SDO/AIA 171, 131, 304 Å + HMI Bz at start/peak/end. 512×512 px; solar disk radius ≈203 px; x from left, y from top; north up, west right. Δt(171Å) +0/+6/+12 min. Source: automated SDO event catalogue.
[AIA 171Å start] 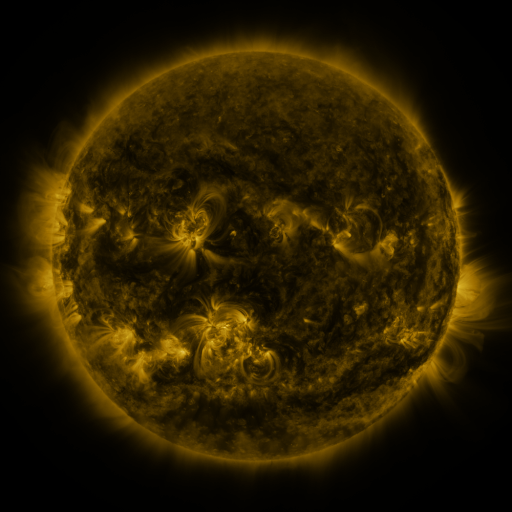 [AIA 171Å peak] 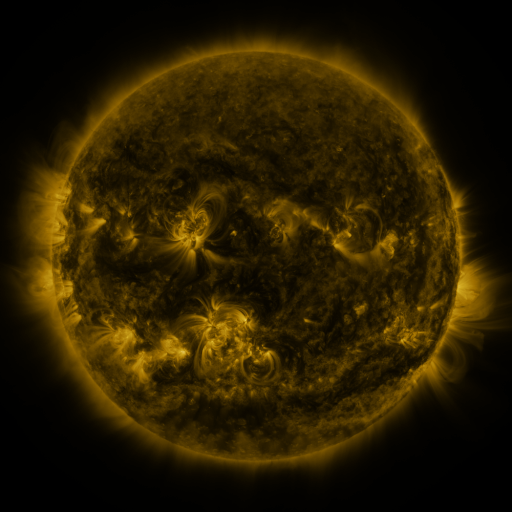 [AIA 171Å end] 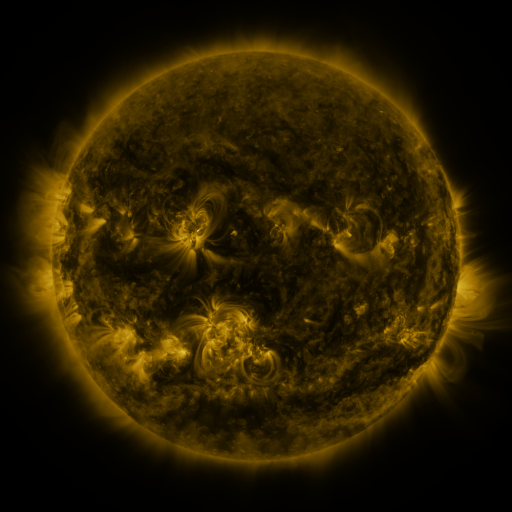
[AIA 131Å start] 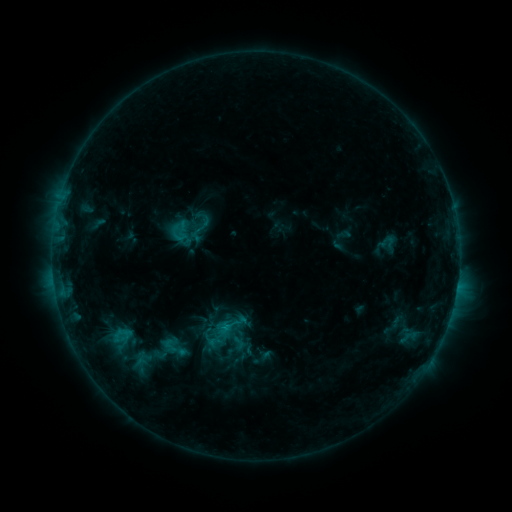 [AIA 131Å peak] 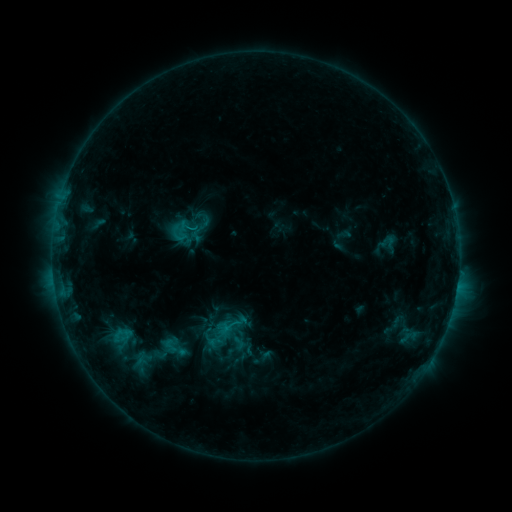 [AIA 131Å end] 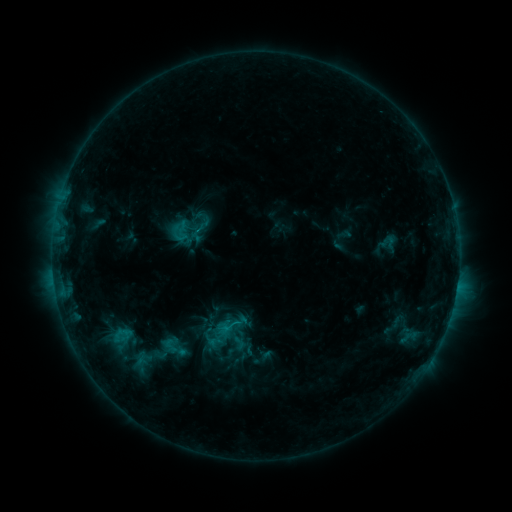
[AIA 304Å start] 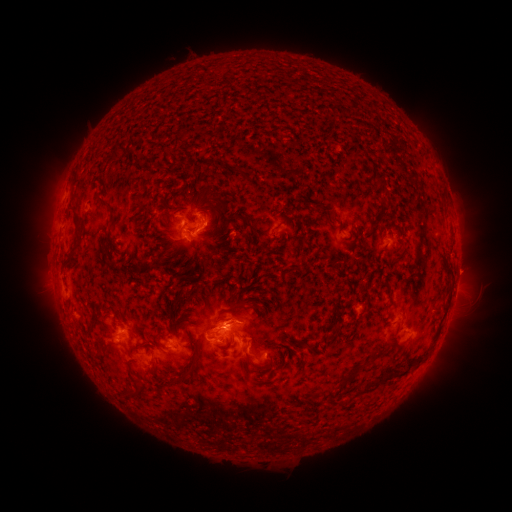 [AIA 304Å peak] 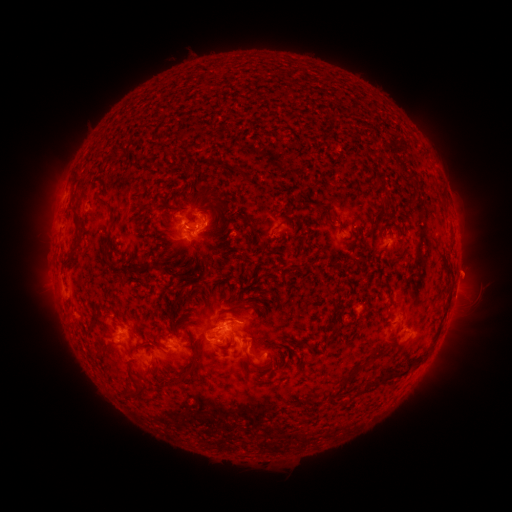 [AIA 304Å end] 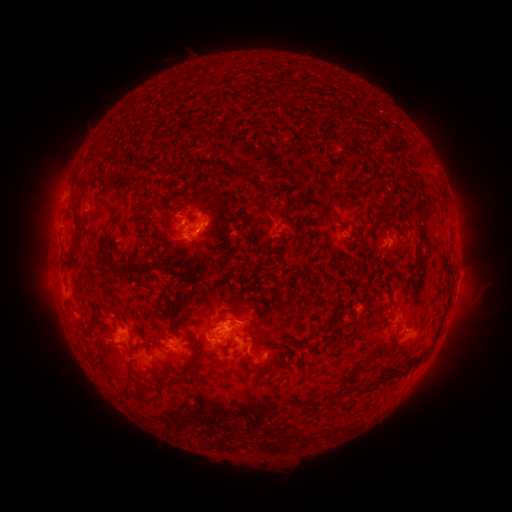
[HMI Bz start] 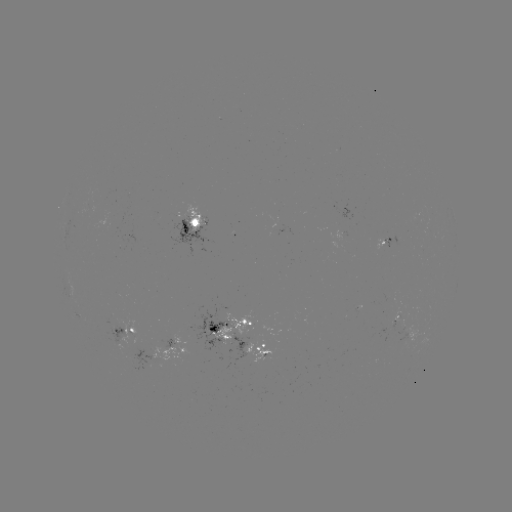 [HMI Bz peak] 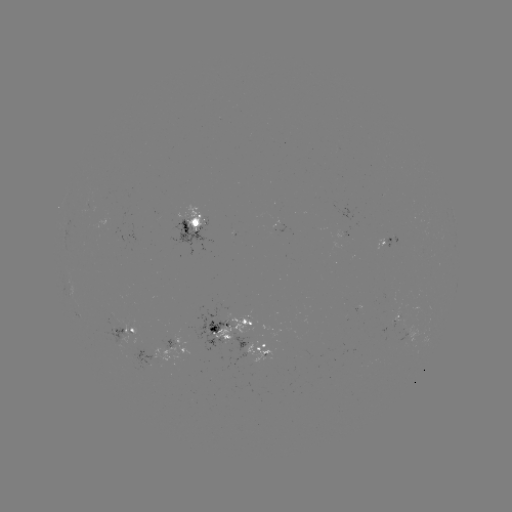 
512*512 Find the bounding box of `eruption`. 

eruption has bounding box [444, 250, 493, 297].